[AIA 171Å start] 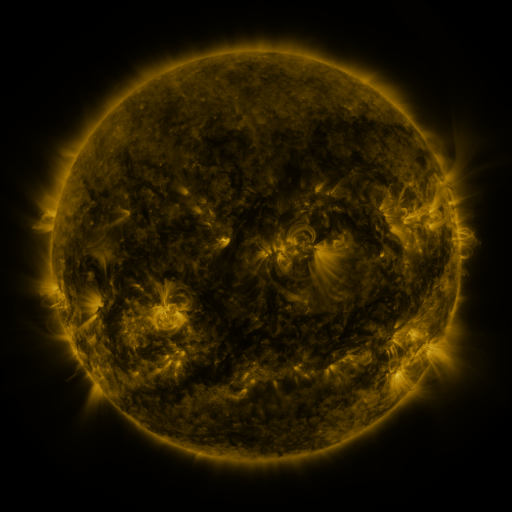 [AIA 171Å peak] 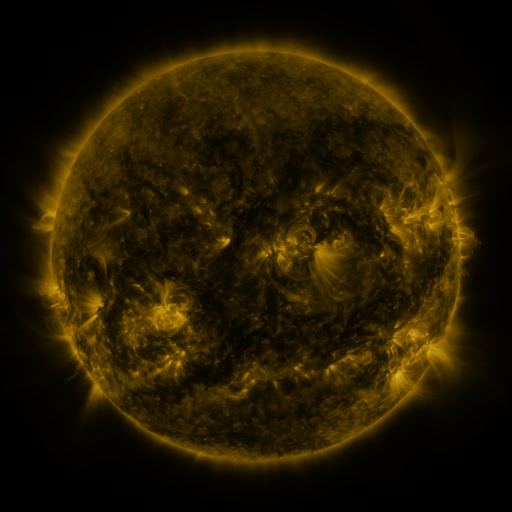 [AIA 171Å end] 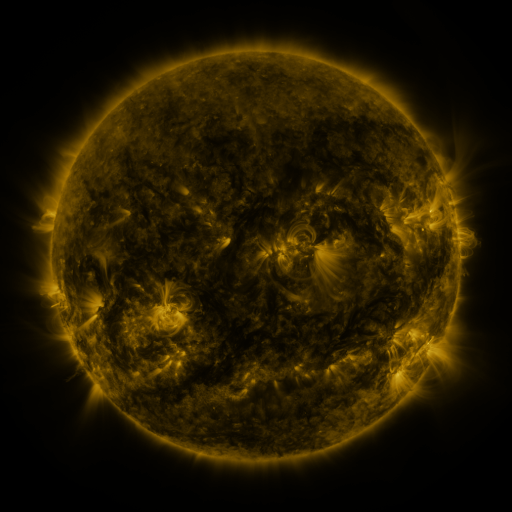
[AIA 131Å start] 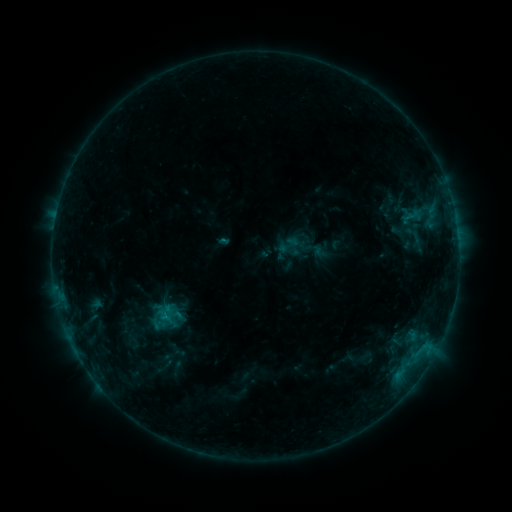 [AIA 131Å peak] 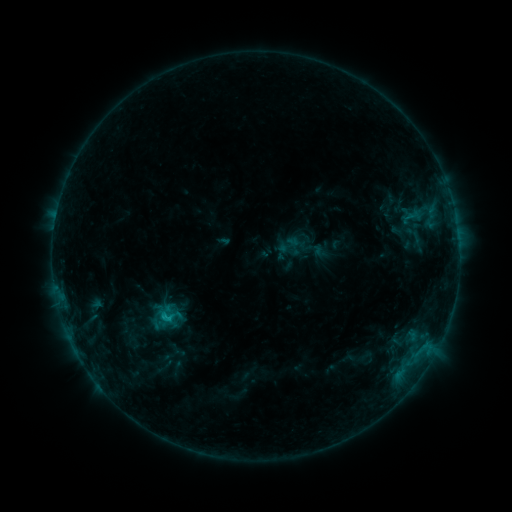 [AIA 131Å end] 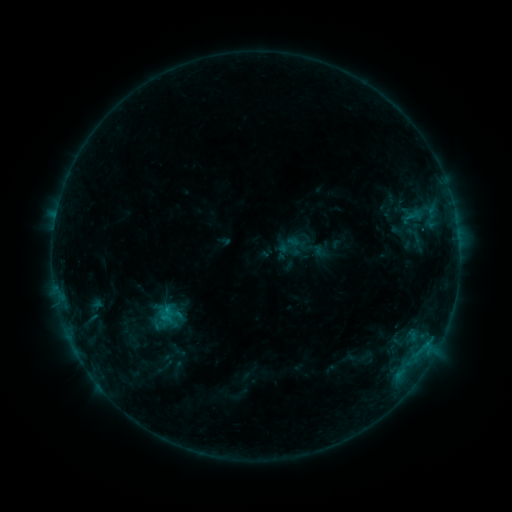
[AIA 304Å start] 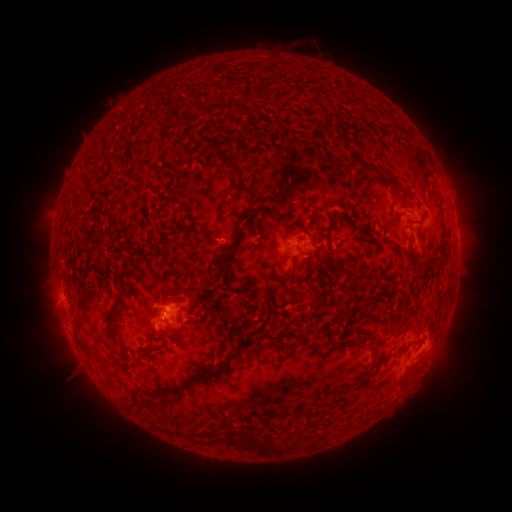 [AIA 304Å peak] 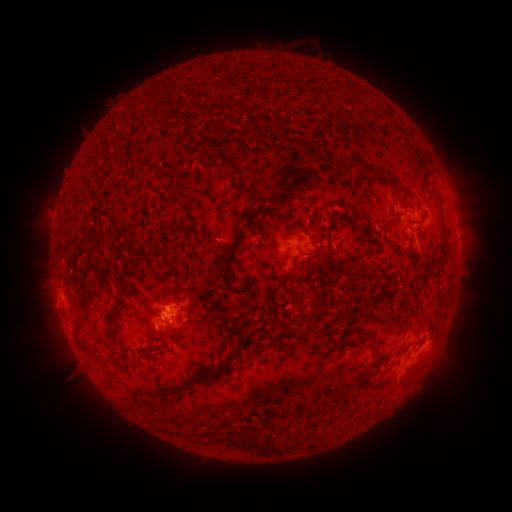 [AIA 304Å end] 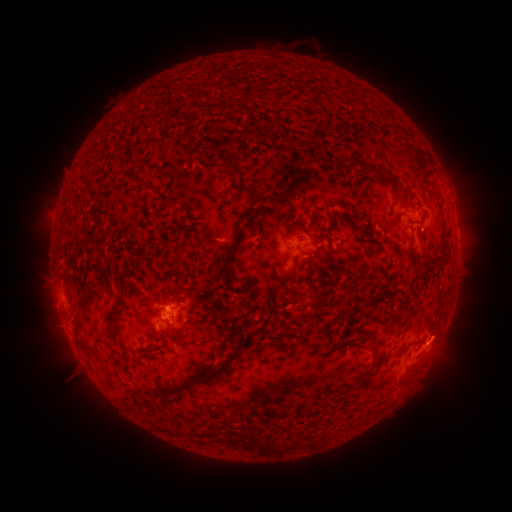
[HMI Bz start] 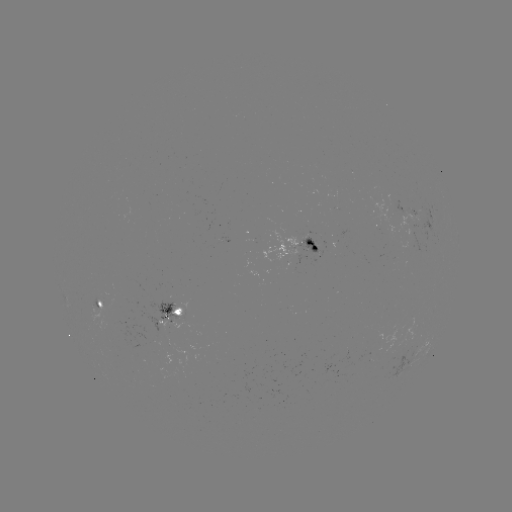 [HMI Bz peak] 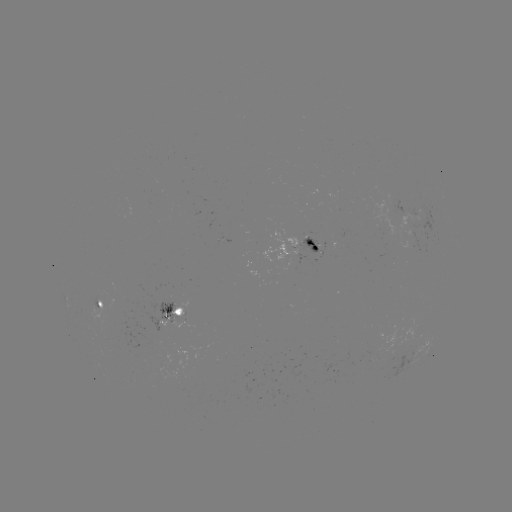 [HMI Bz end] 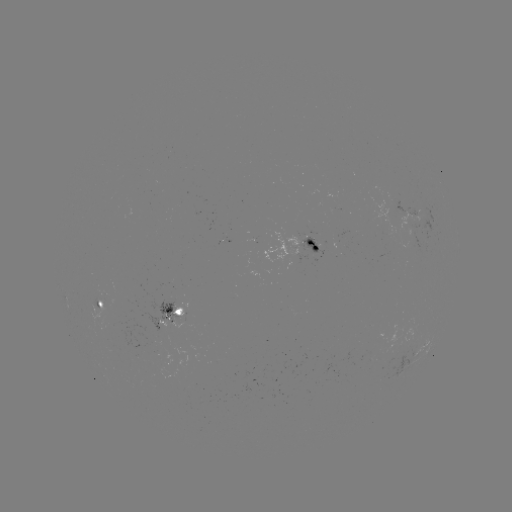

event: flare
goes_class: B7.4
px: (168, 317)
